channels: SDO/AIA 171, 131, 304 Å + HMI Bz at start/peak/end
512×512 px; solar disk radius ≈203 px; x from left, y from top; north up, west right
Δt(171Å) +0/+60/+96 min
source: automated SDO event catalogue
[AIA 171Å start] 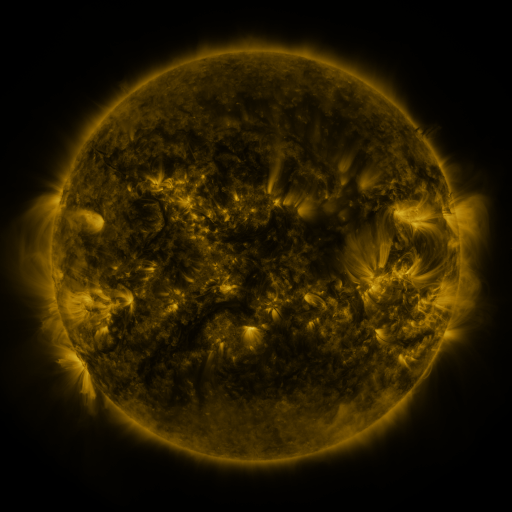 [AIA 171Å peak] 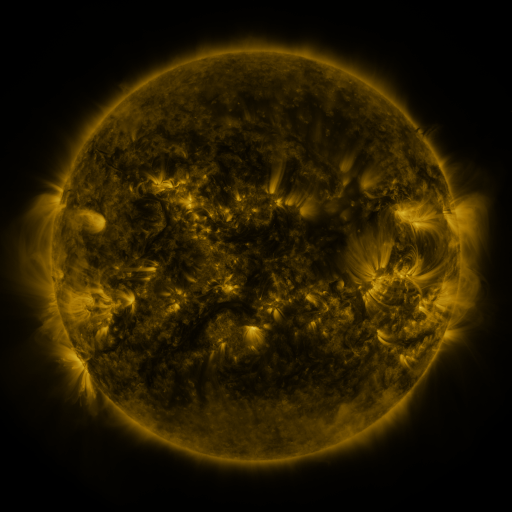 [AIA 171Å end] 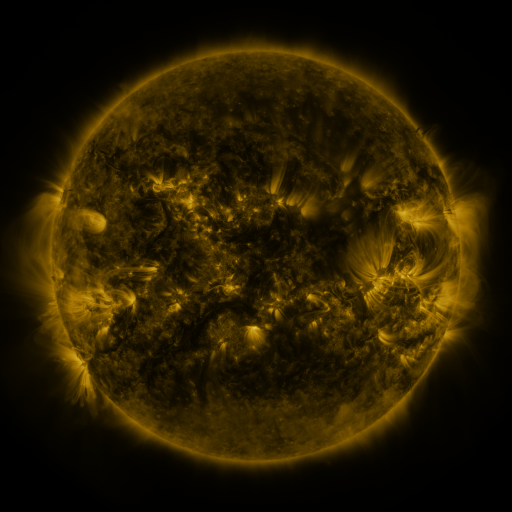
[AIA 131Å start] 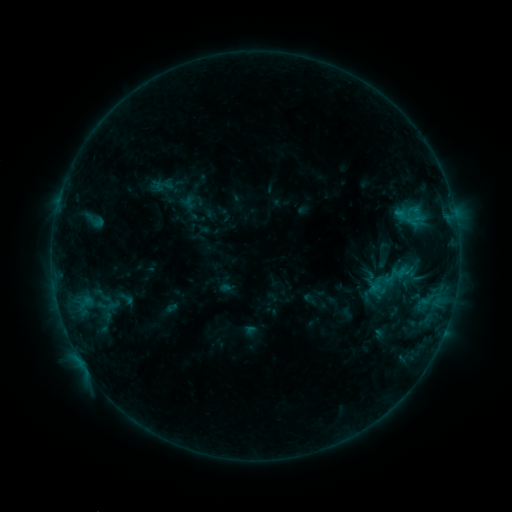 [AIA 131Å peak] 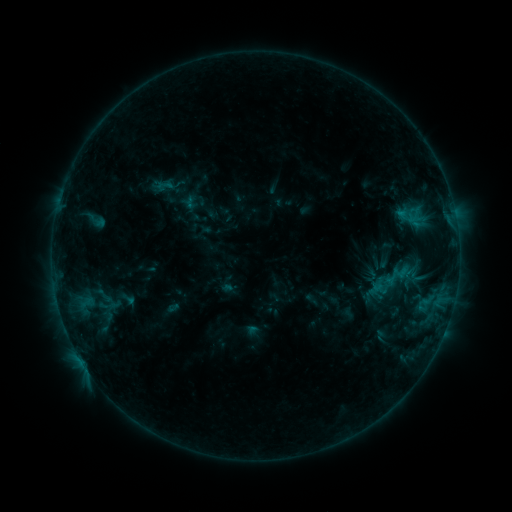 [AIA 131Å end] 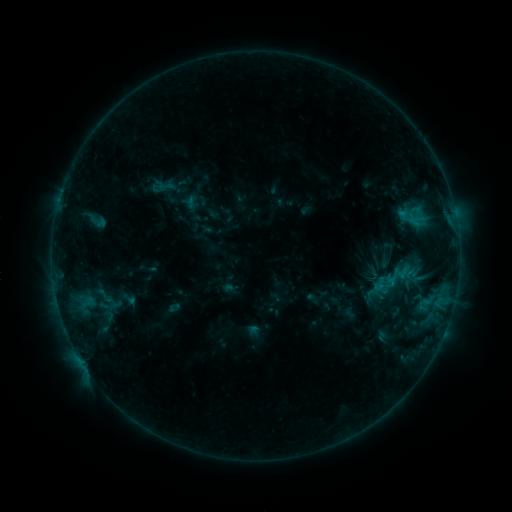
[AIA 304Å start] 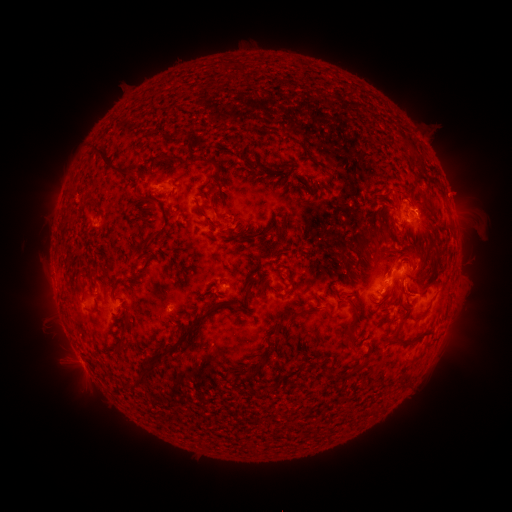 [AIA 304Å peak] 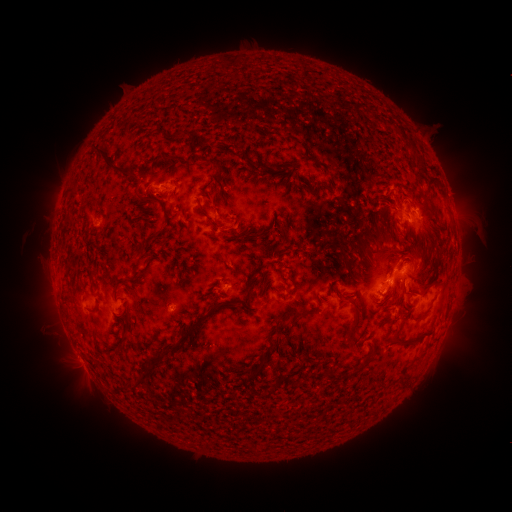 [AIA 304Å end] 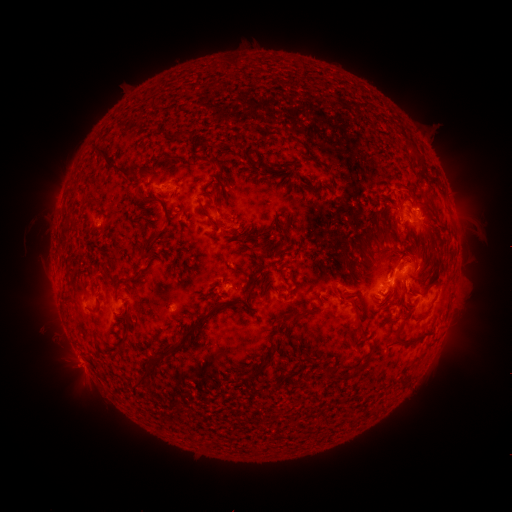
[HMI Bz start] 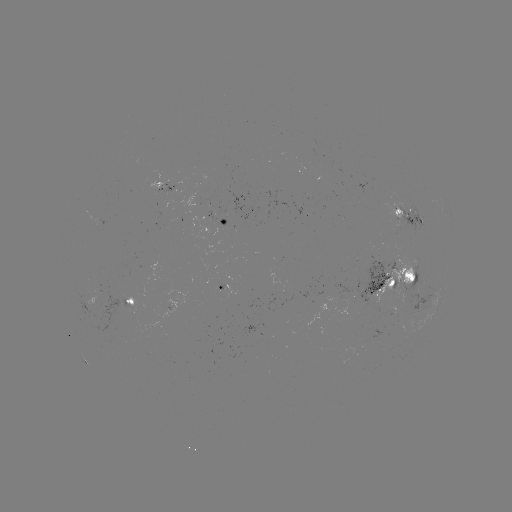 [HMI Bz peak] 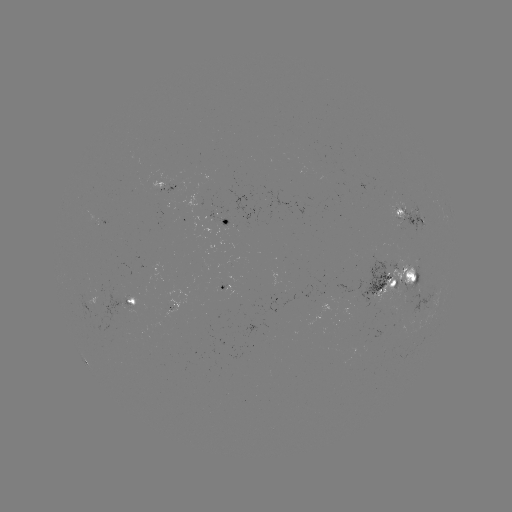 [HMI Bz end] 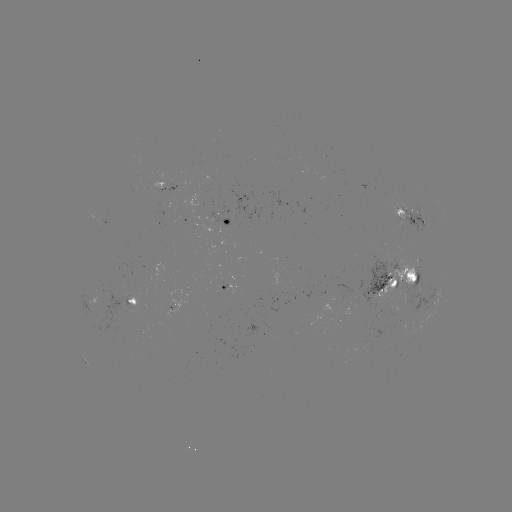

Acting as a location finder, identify emerging-flux region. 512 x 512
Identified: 413,216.